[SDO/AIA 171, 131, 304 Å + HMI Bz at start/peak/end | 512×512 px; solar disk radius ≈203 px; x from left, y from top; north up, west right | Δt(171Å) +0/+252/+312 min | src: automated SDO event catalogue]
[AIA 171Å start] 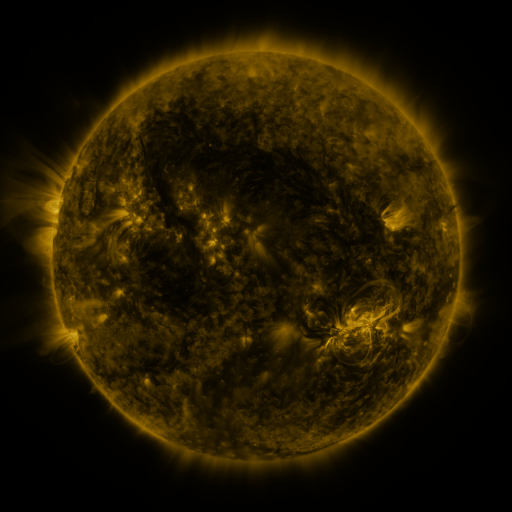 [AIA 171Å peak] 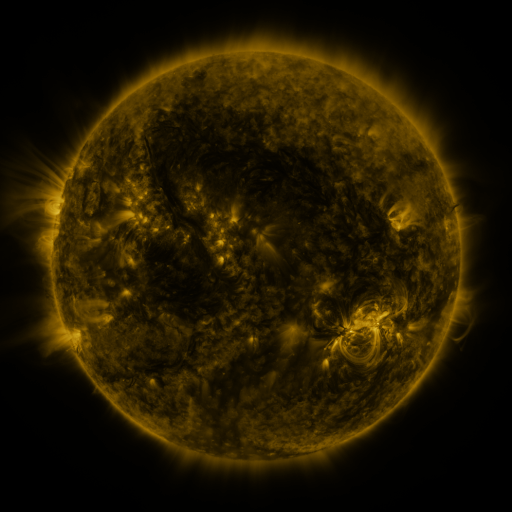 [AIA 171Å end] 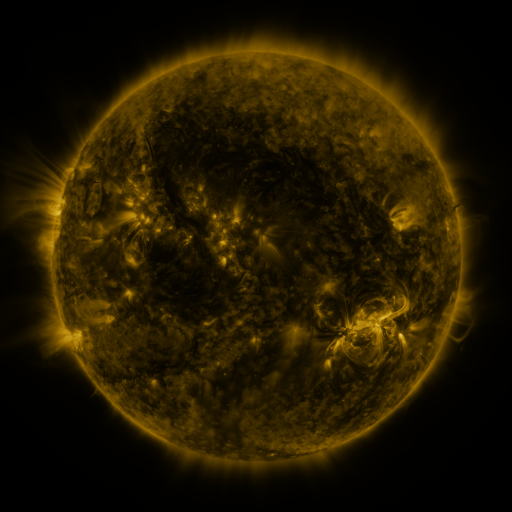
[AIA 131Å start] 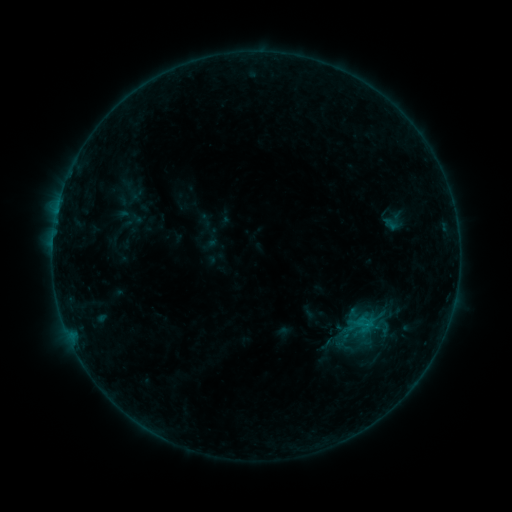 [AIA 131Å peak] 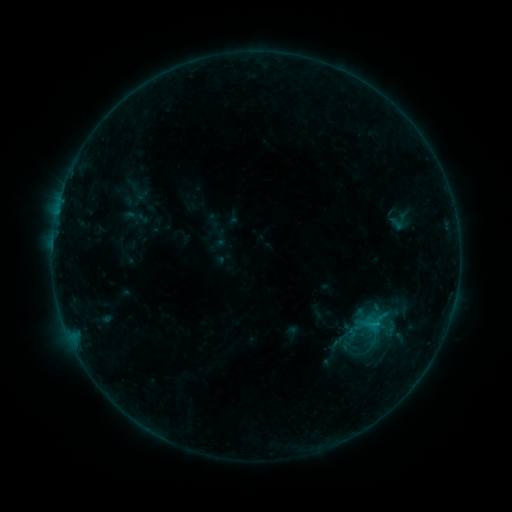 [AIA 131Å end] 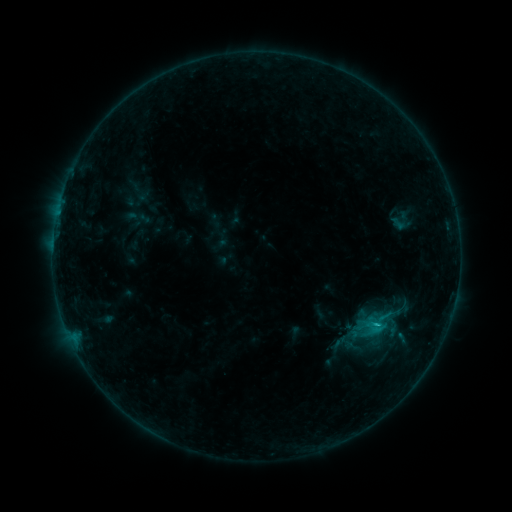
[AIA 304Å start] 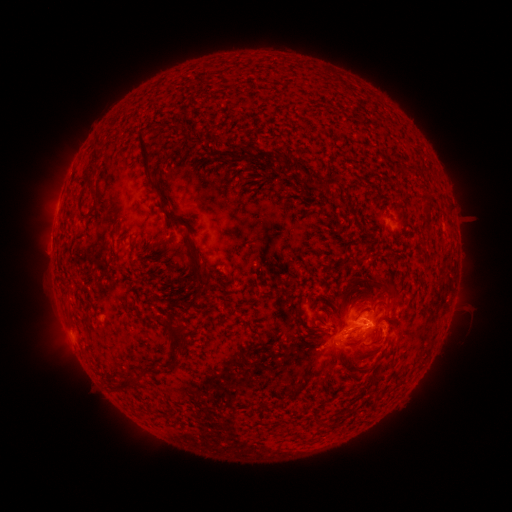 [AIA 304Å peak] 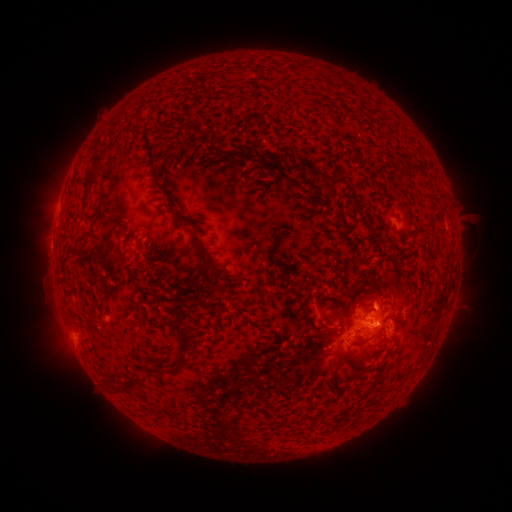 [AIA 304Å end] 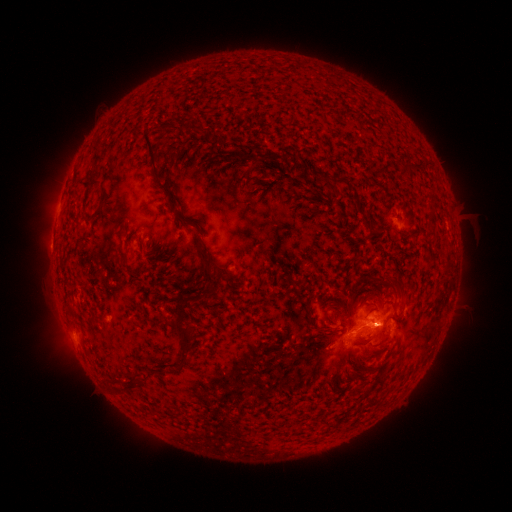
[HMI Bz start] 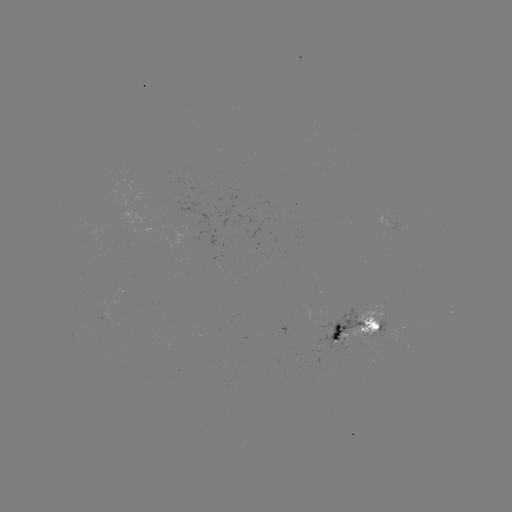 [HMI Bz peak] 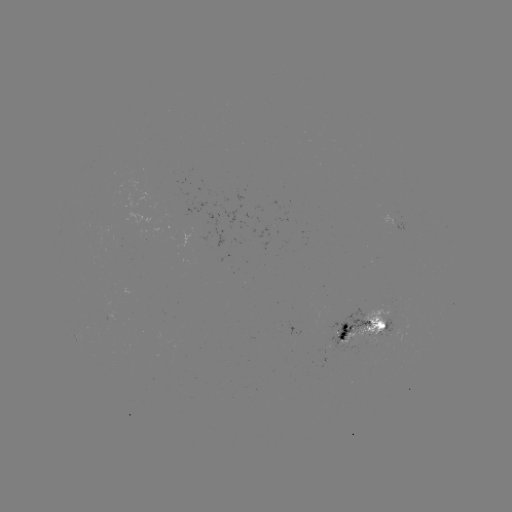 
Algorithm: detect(emerging-flux region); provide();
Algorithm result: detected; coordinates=[362, 334]